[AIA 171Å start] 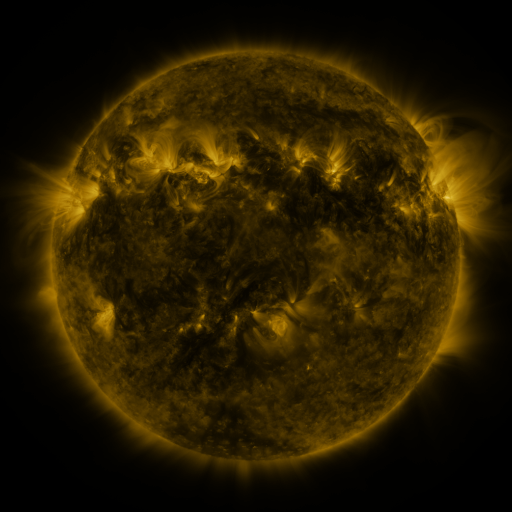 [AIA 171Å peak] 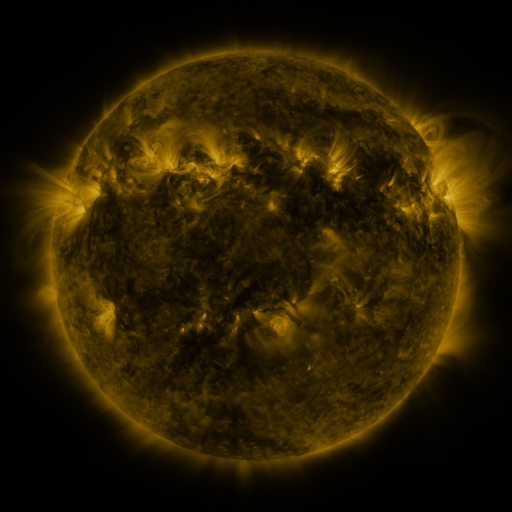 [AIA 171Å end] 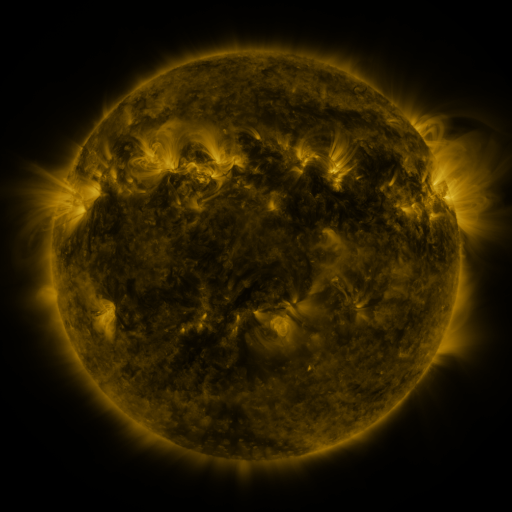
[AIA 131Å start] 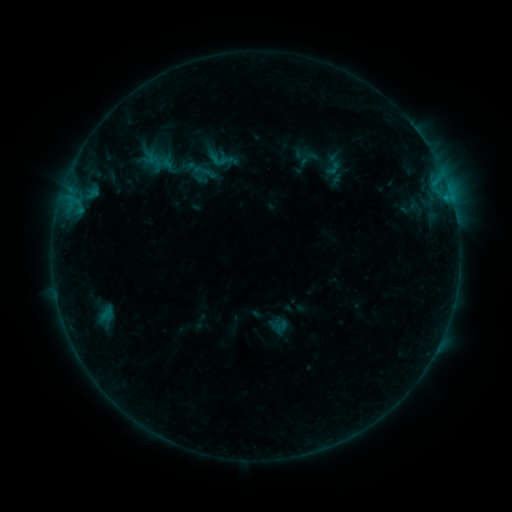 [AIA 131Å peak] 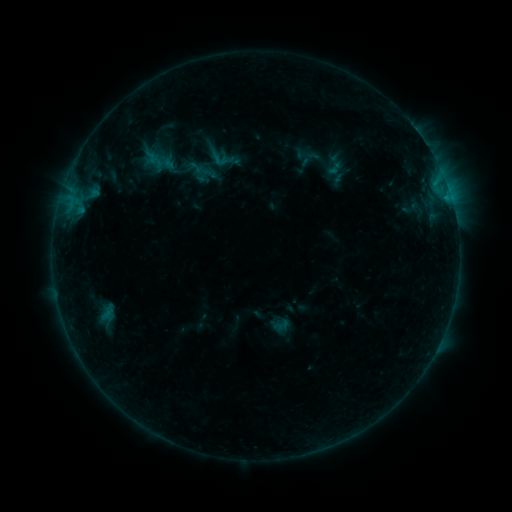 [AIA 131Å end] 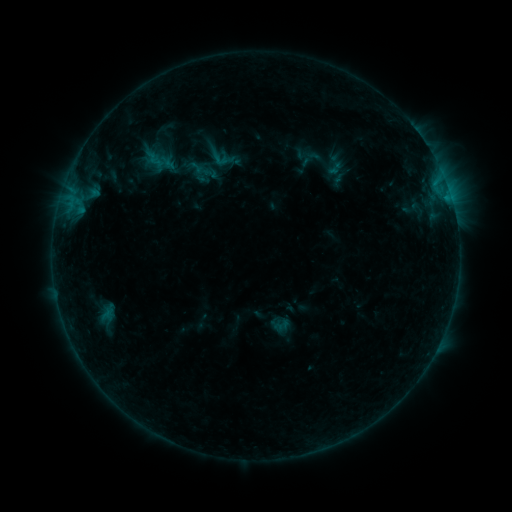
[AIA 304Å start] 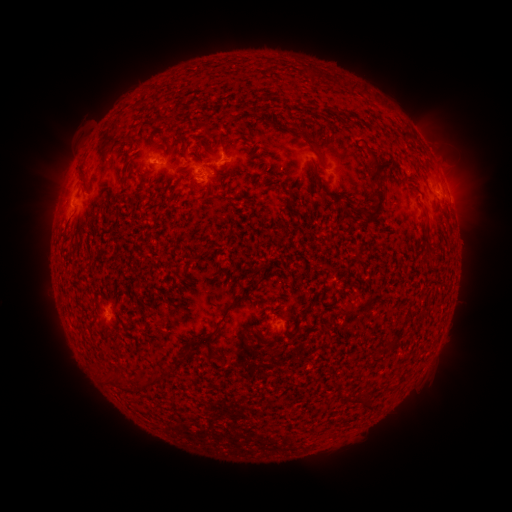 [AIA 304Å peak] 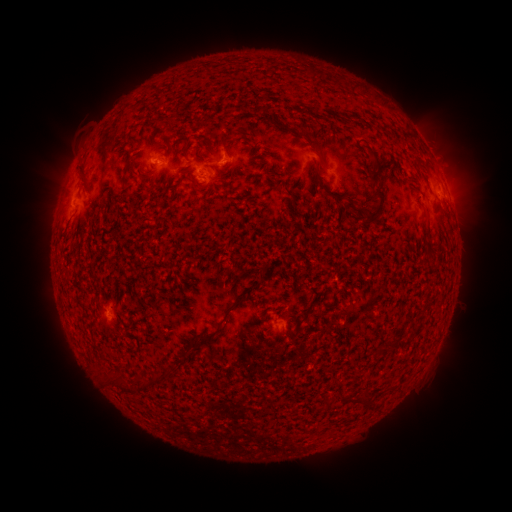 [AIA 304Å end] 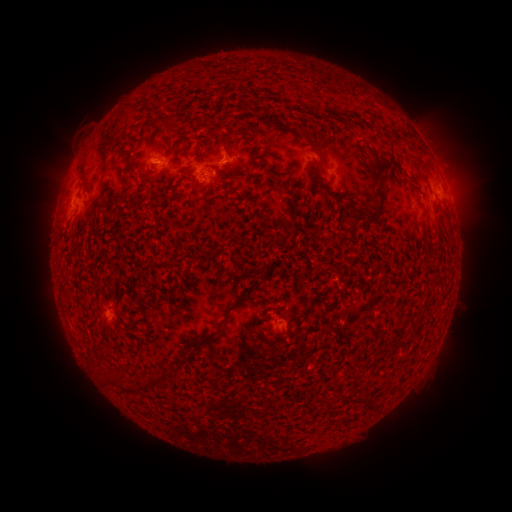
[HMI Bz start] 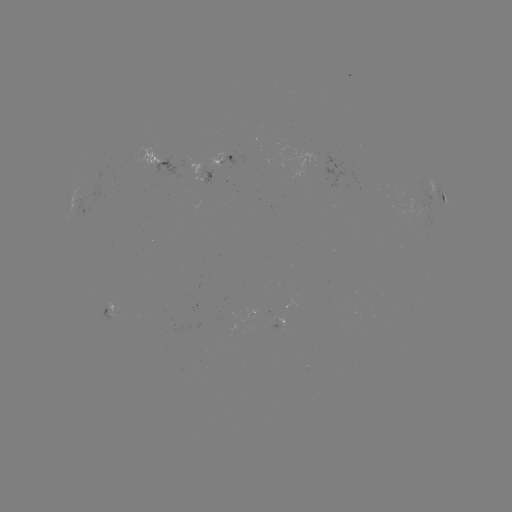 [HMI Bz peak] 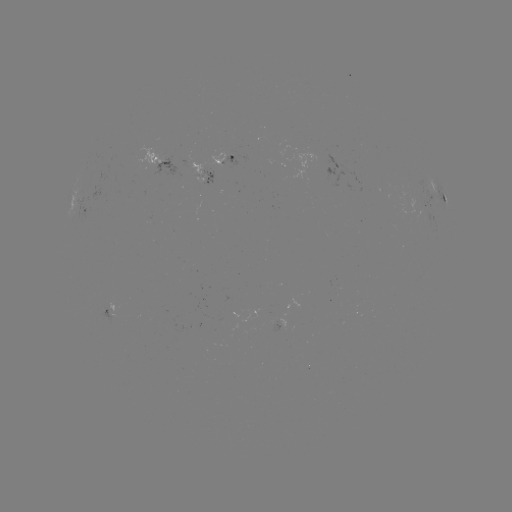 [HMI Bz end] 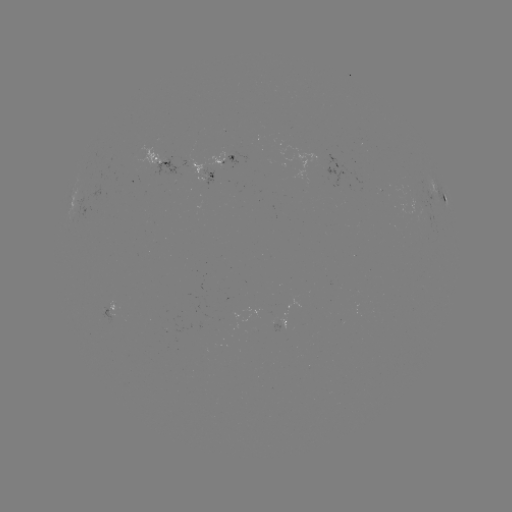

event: emerging-flux region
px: (212, 176)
